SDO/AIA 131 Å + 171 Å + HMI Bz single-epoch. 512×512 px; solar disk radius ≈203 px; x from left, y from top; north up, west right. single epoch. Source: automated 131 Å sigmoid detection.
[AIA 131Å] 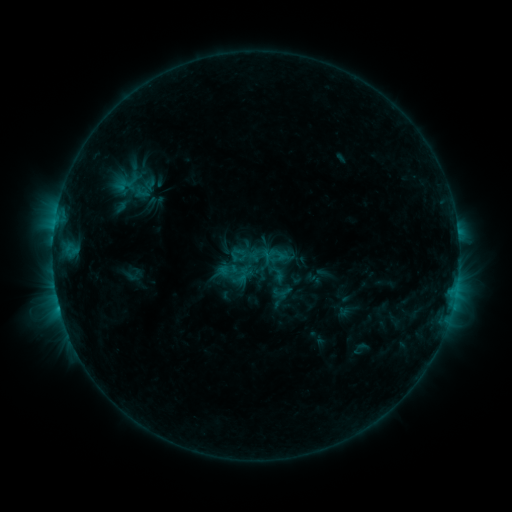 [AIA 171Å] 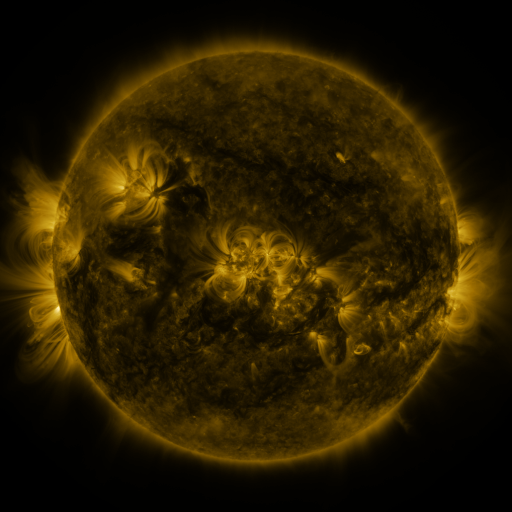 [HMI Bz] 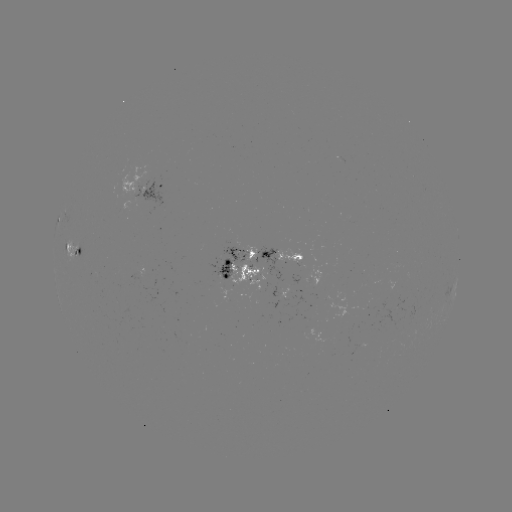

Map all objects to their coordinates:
sigmoid: (277, 274)
